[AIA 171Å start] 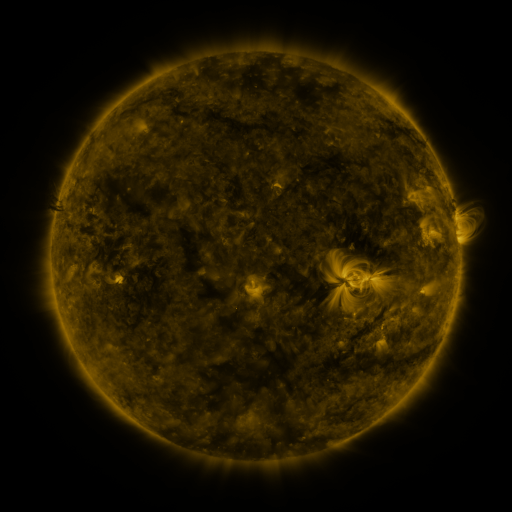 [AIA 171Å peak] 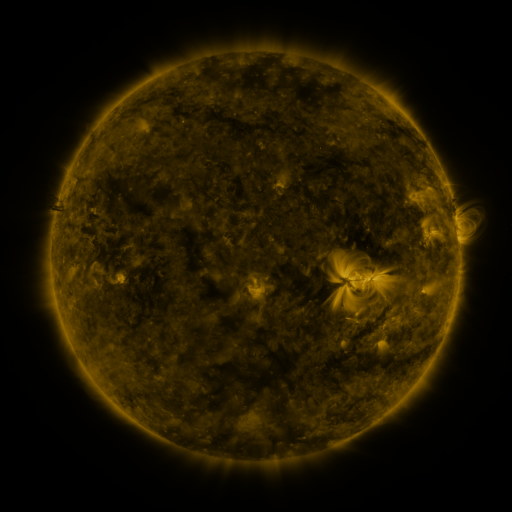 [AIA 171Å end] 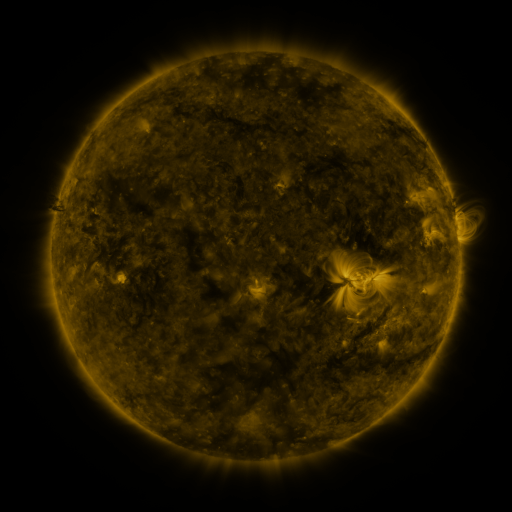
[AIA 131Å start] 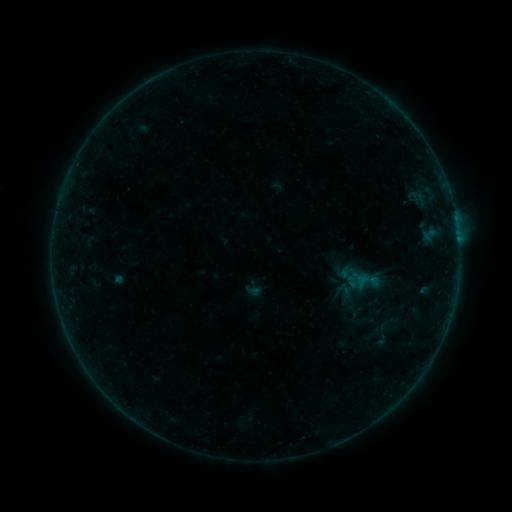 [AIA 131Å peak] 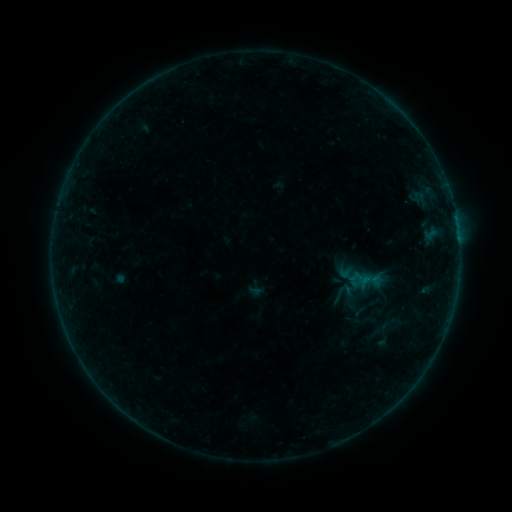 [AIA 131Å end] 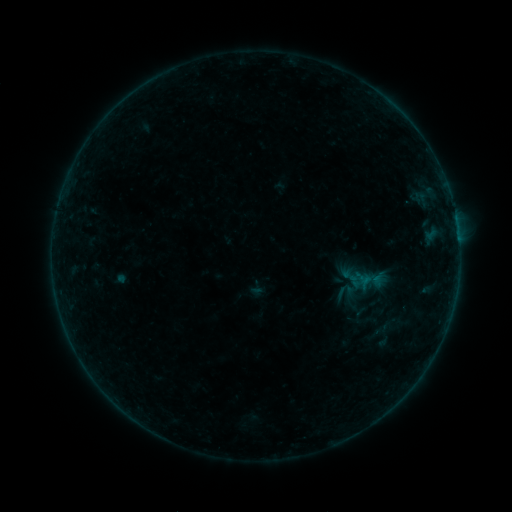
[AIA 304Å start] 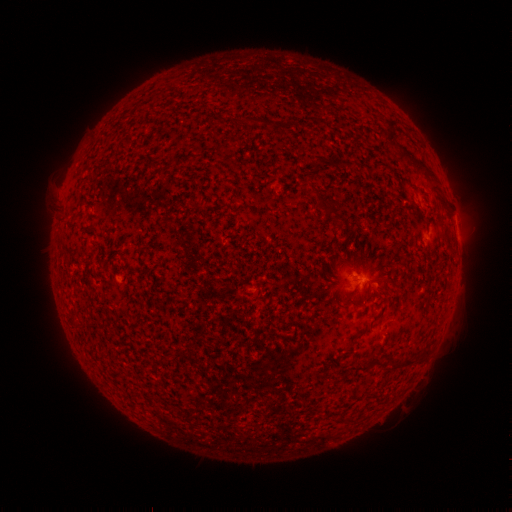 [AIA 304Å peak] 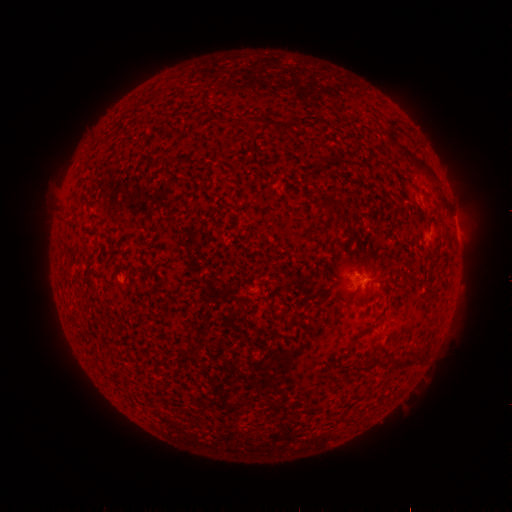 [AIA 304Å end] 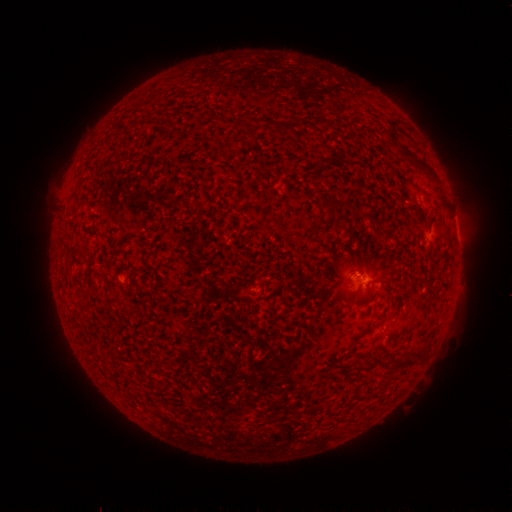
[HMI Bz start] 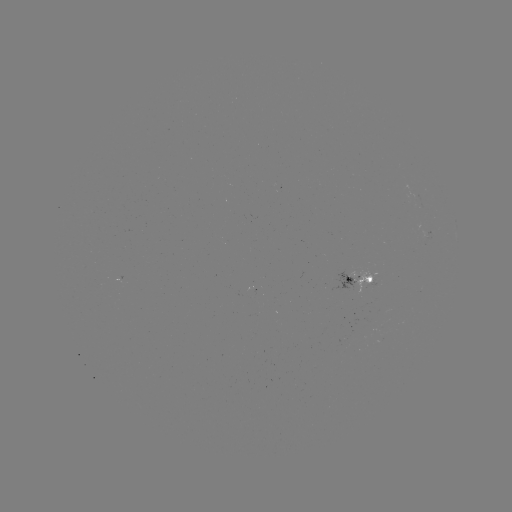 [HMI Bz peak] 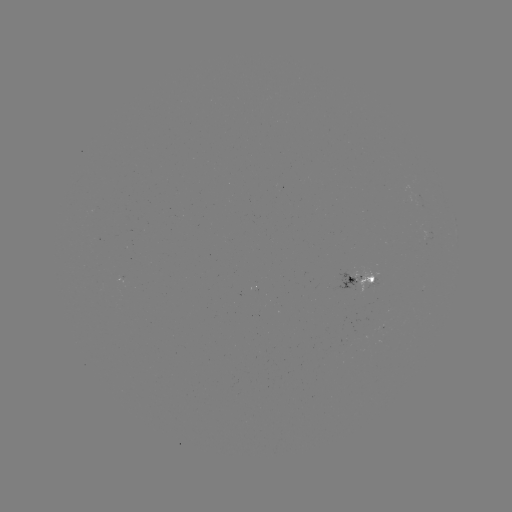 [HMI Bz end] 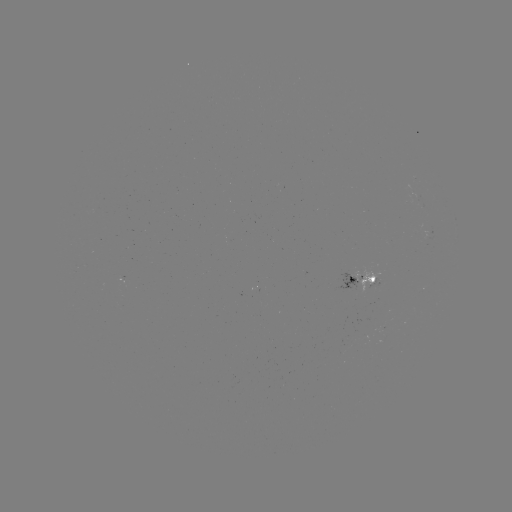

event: emerging-flux region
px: (373, 280)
